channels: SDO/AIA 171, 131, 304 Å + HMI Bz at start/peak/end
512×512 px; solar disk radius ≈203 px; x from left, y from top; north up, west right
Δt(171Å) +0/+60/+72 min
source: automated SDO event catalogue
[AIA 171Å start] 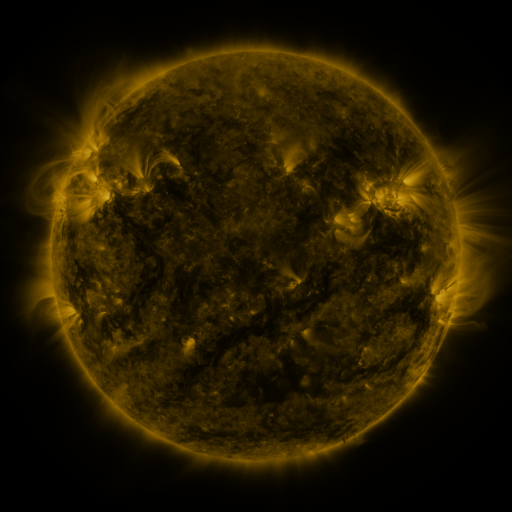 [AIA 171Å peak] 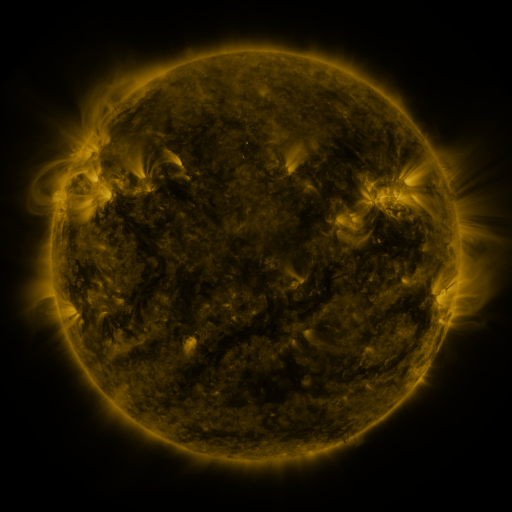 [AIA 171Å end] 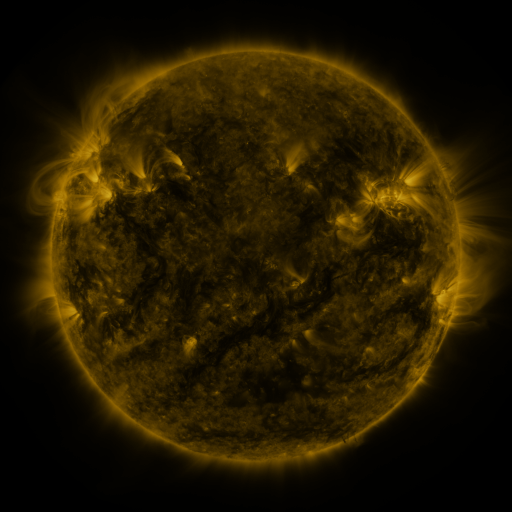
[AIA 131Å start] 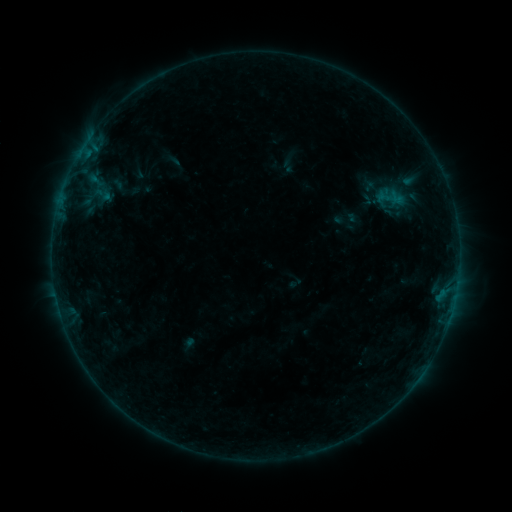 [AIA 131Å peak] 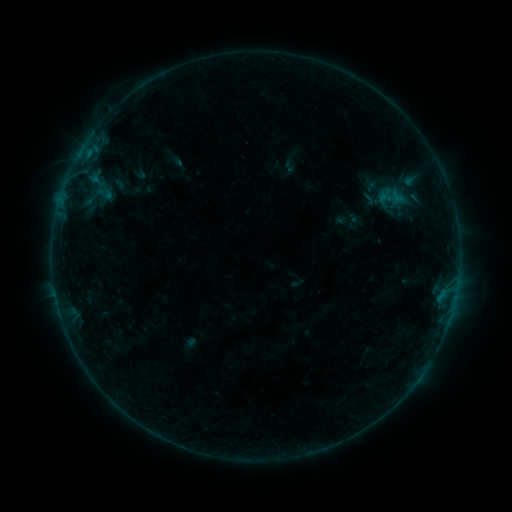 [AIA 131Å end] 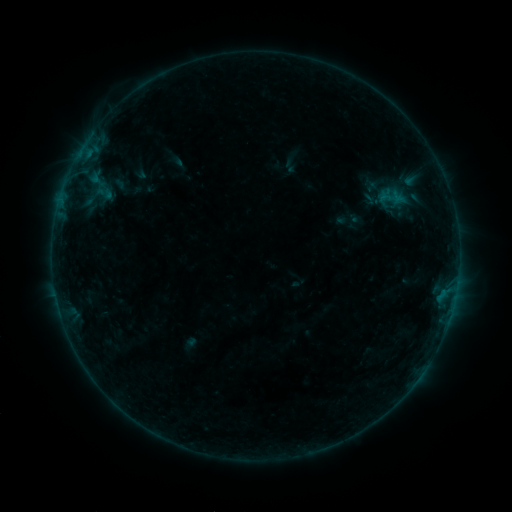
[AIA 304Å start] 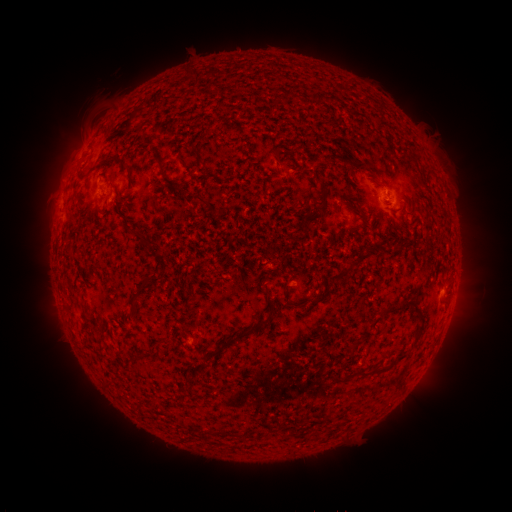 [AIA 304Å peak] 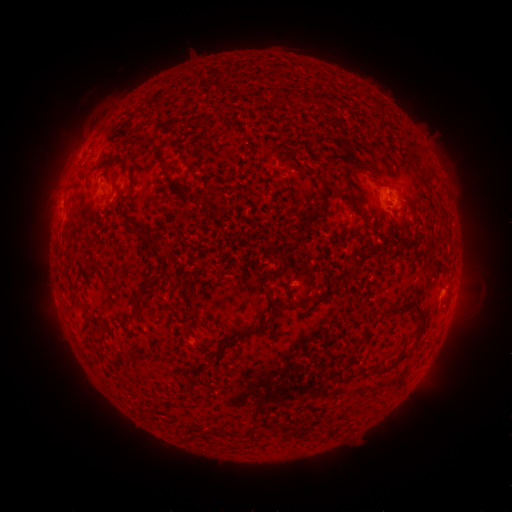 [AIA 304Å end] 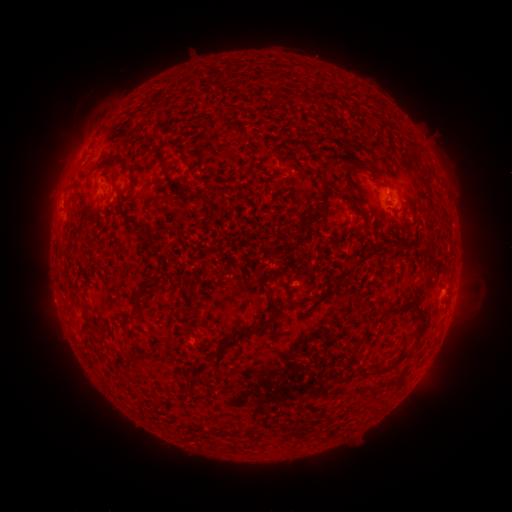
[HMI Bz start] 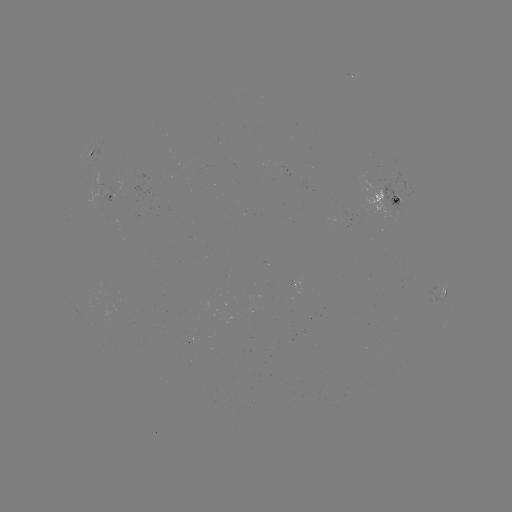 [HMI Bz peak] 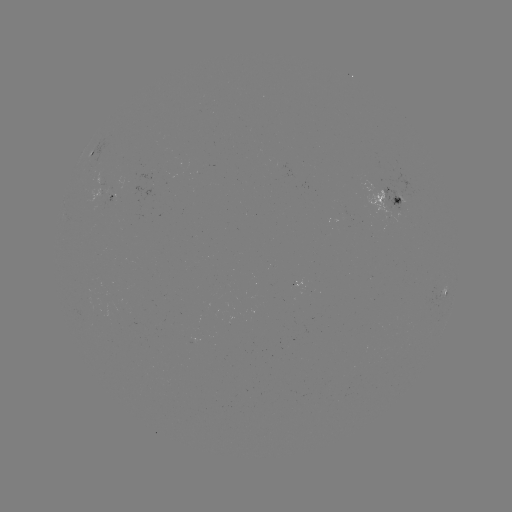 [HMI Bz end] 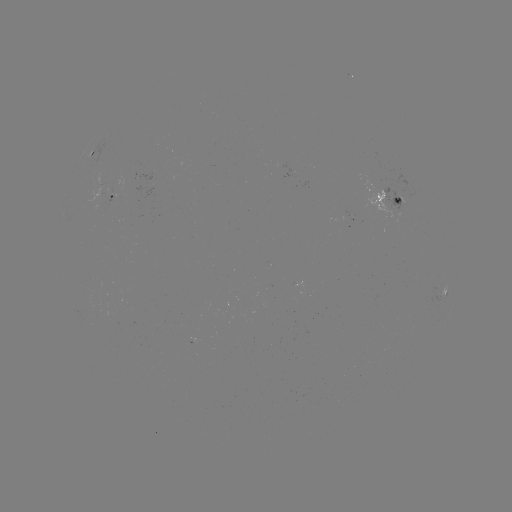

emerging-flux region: [87, 188, 103, 203]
